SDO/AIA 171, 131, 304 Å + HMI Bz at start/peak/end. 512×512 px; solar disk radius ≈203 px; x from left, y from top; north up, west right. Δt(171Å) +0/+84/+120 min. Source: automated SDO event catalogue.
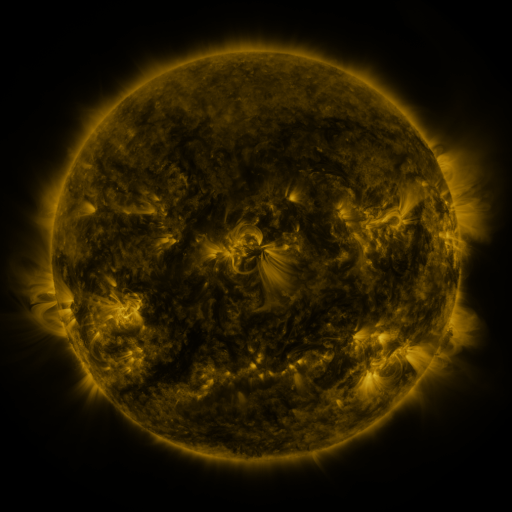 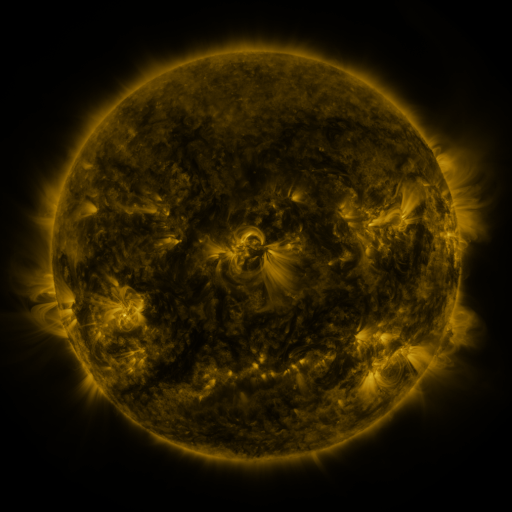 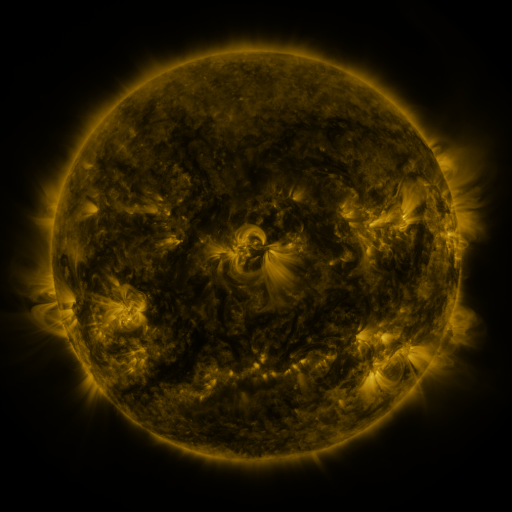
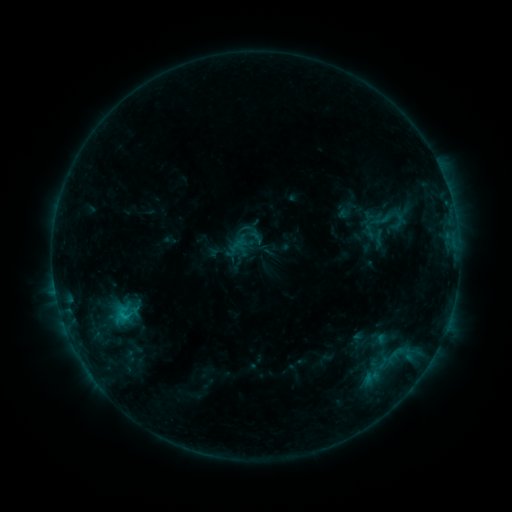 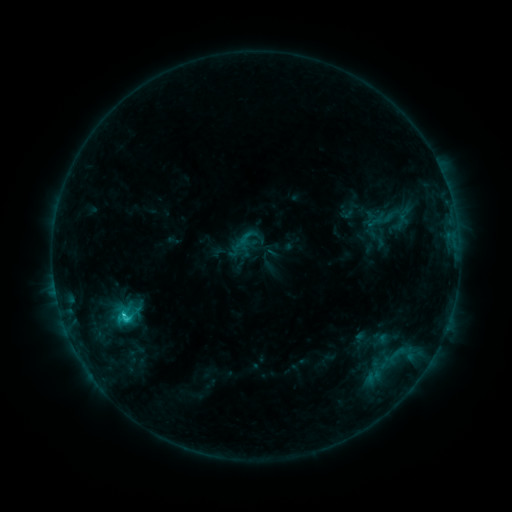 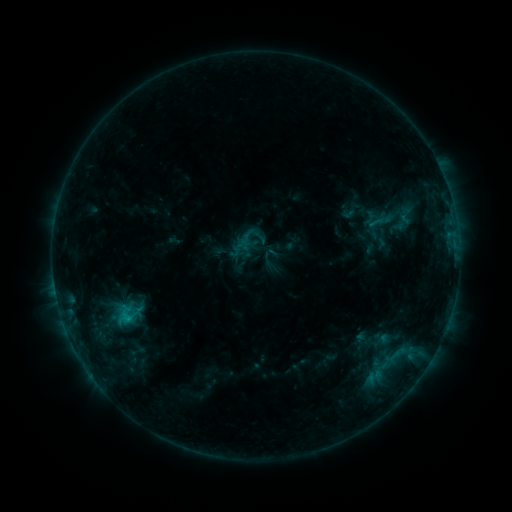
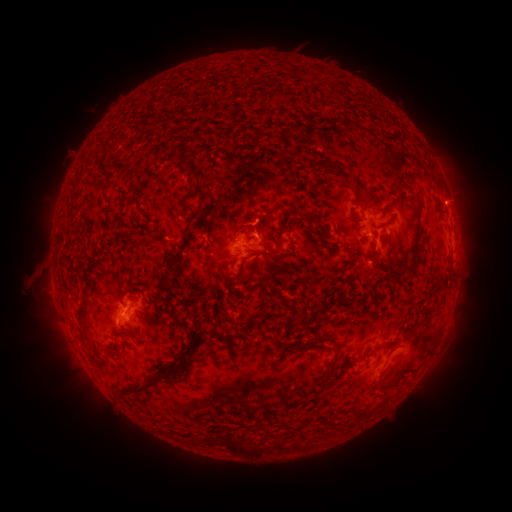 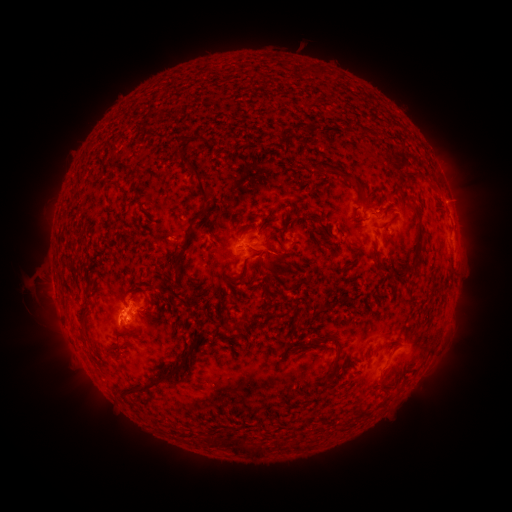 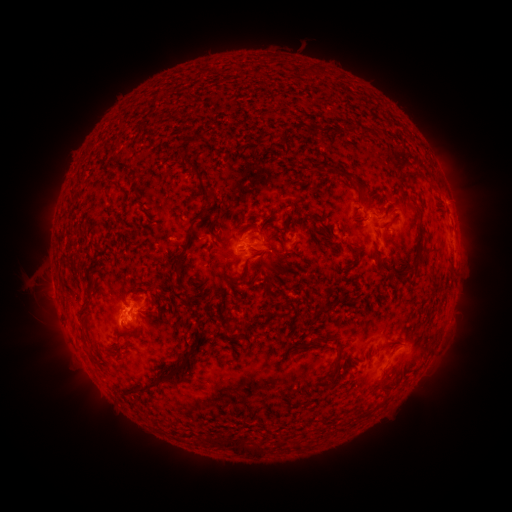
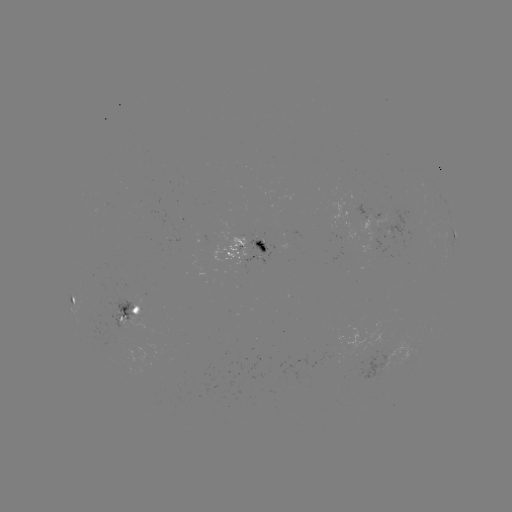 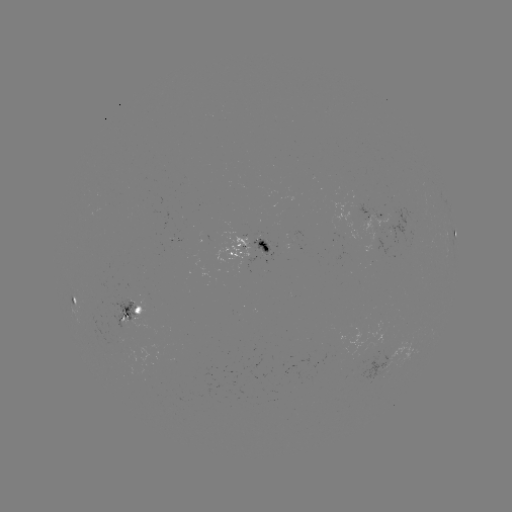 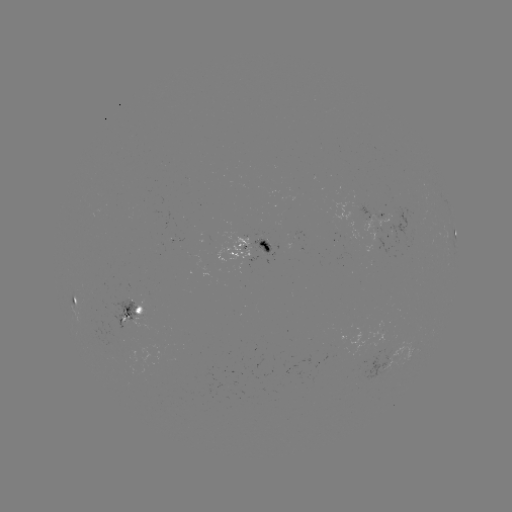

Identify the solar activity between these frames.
emerging-flux region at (362, 357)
